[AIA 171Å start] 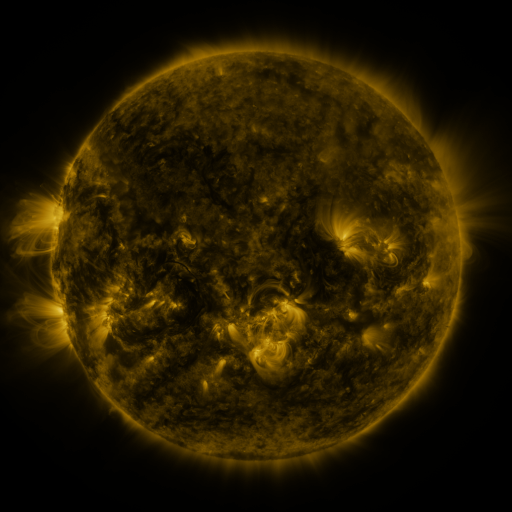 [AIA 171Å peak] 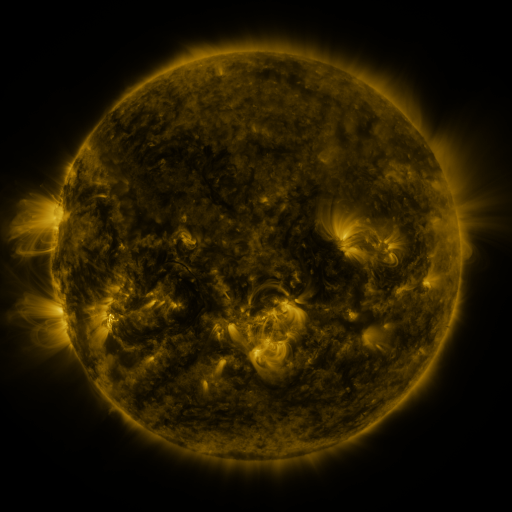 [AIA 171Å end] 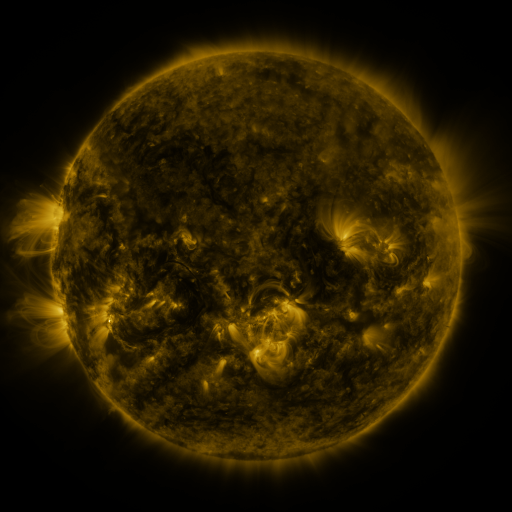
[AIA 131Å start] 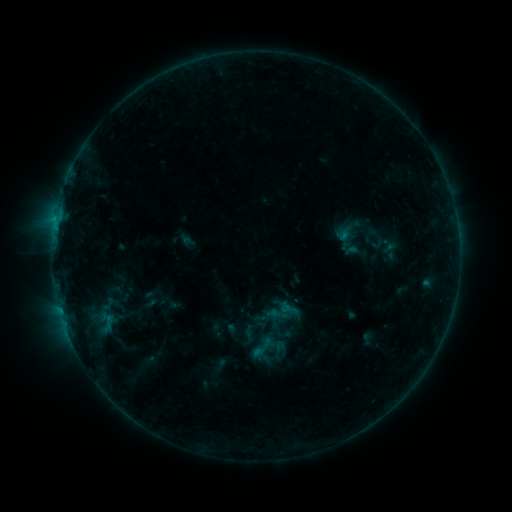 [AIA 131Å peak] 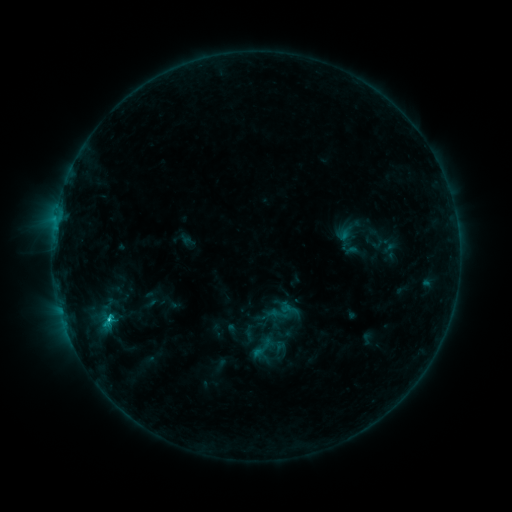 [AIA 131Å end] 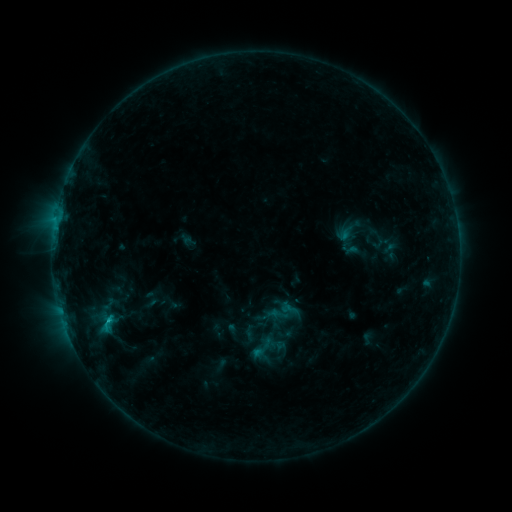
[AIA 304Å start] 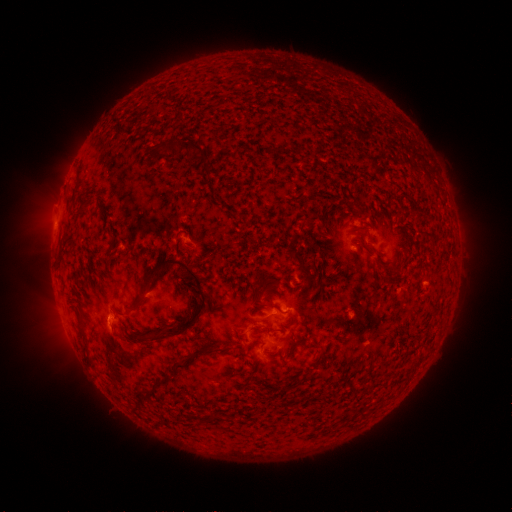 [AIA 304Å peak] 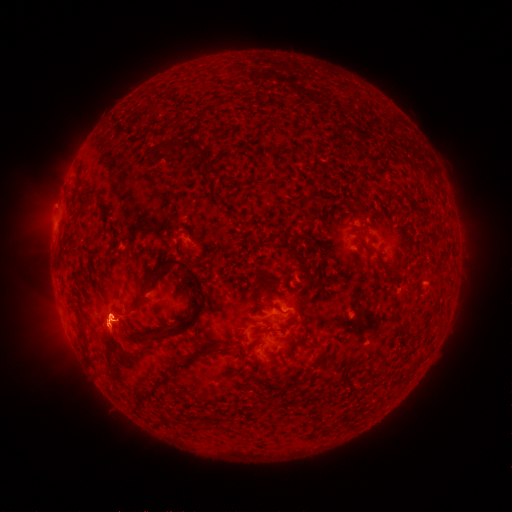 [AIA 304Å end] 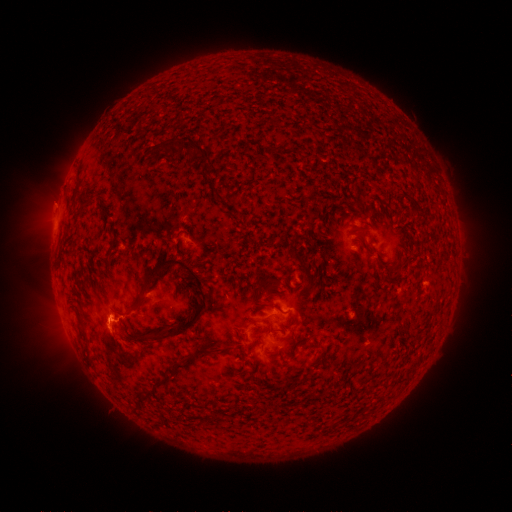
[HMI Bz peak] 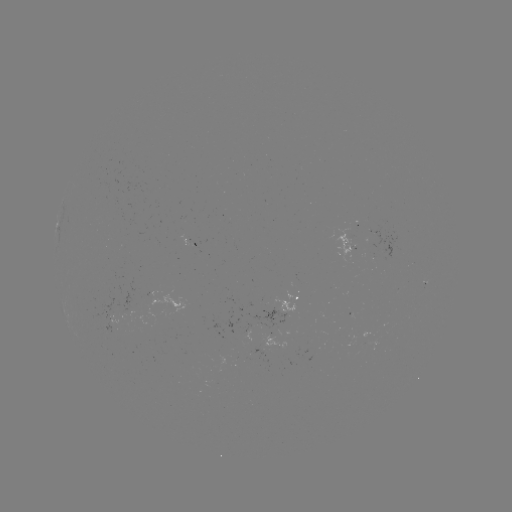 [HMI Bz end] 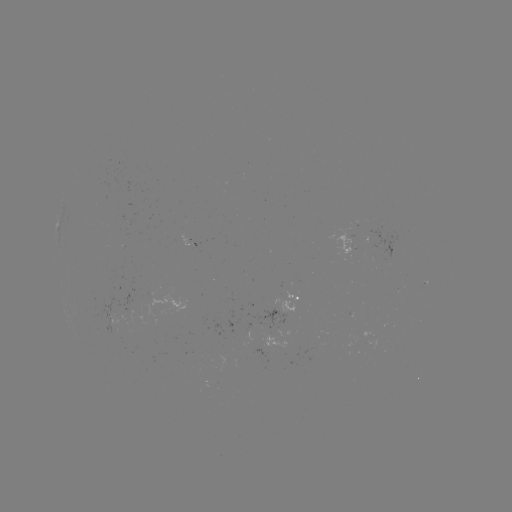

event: flare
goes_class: C1.2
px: (110, 319)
